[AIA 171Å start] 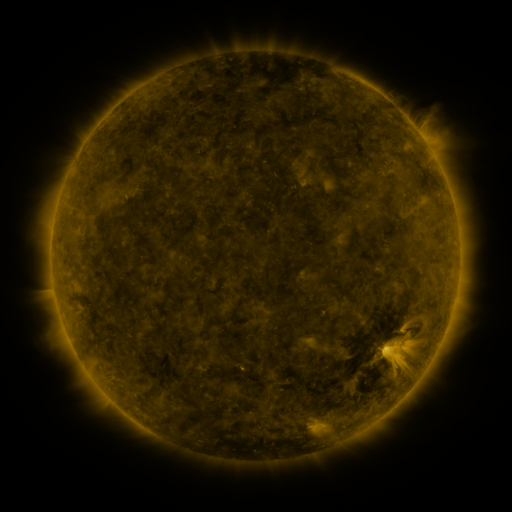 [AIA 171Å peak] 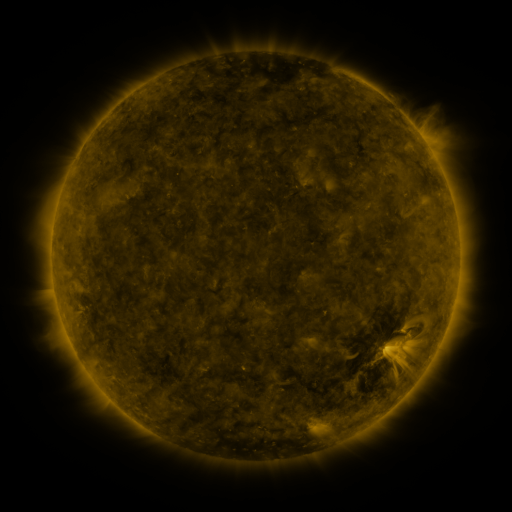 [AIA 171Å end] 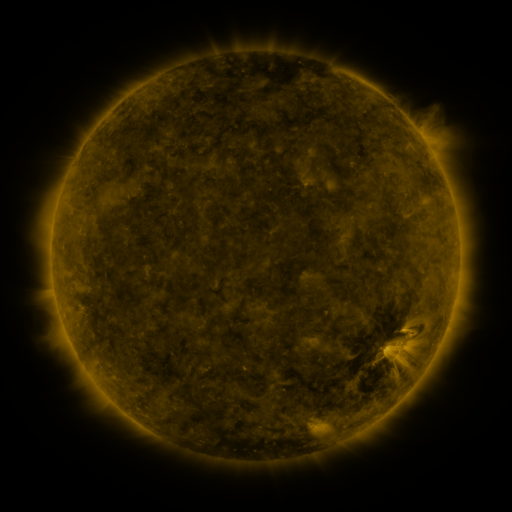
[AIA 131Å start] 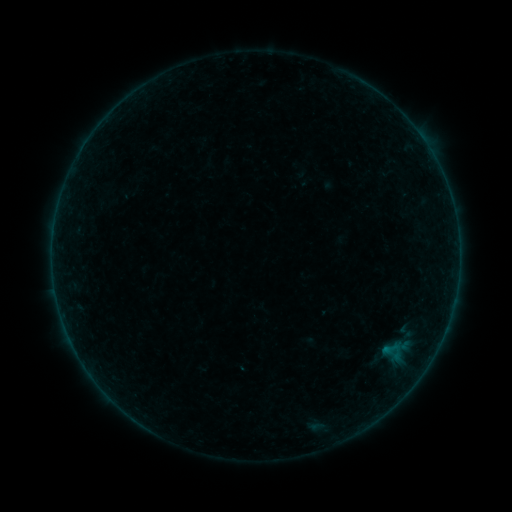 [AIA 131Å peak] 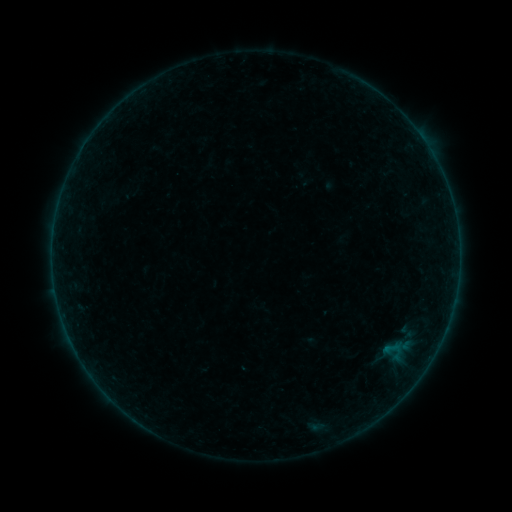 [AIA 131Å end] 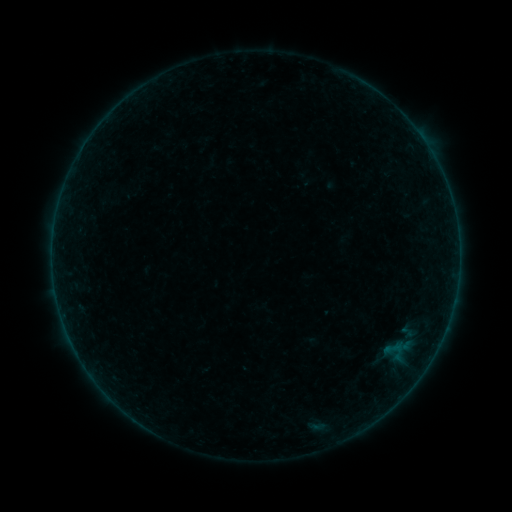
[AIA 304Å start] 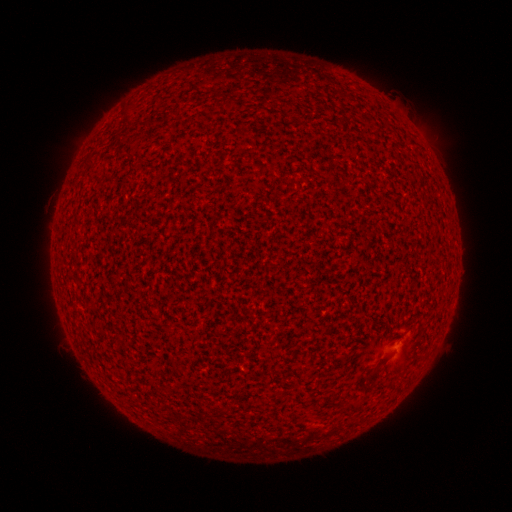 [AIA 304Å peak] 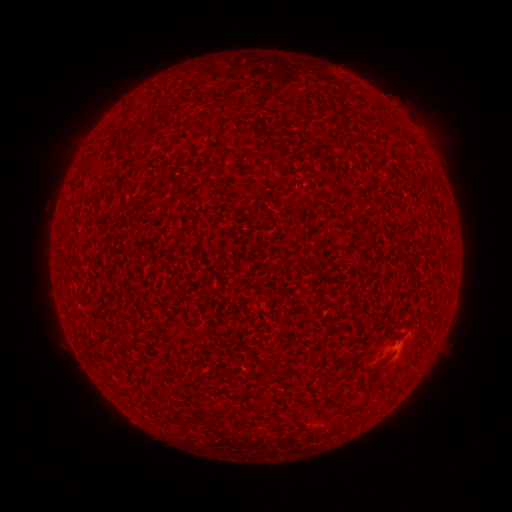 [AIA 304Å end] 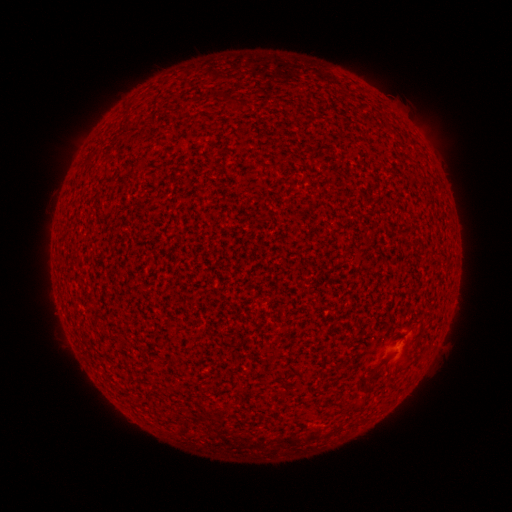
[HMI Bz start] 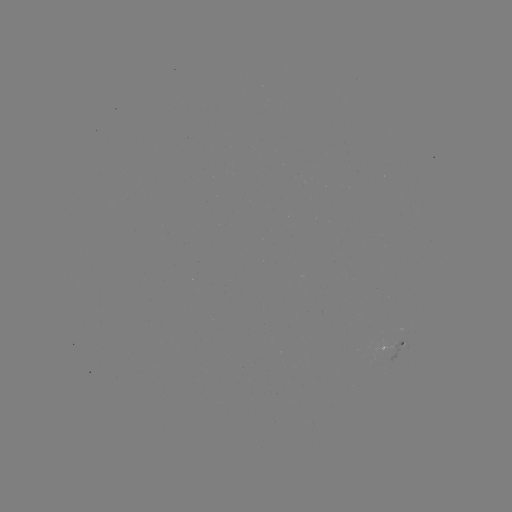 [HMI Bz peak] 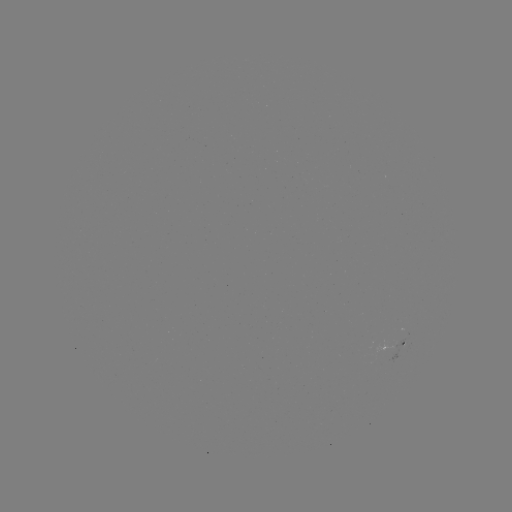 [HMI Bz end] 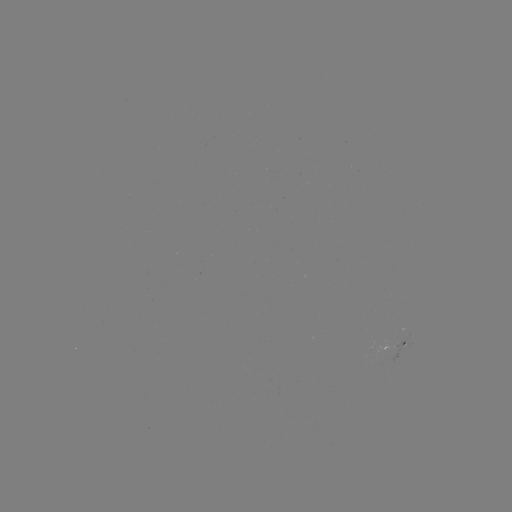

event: flare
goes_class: A2.9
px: (397, 362)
